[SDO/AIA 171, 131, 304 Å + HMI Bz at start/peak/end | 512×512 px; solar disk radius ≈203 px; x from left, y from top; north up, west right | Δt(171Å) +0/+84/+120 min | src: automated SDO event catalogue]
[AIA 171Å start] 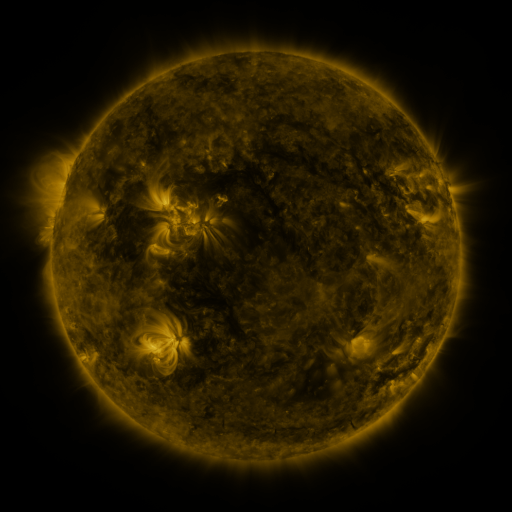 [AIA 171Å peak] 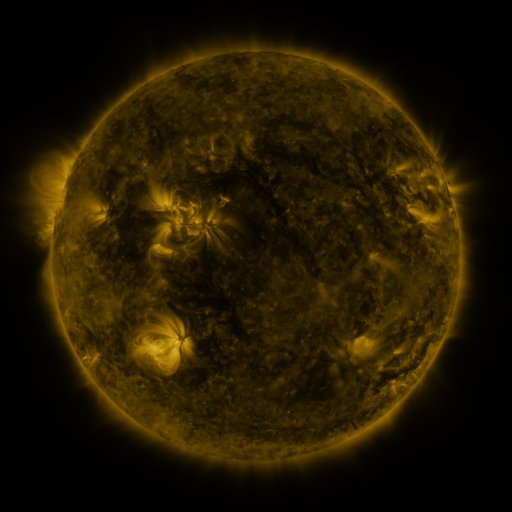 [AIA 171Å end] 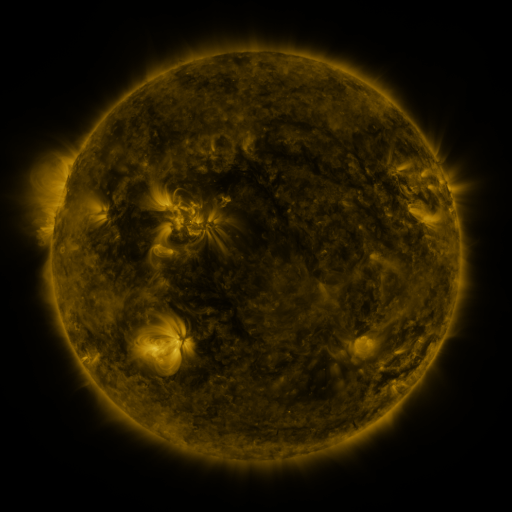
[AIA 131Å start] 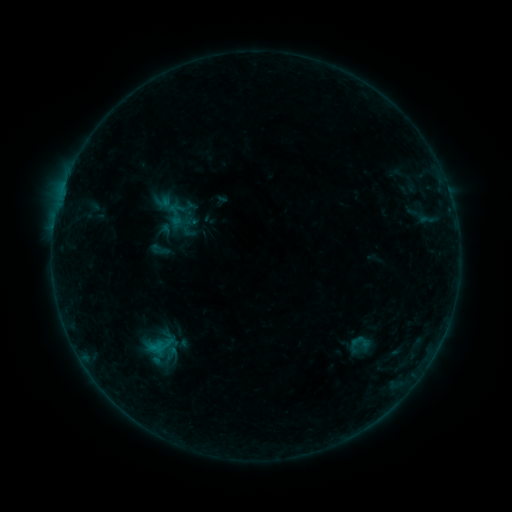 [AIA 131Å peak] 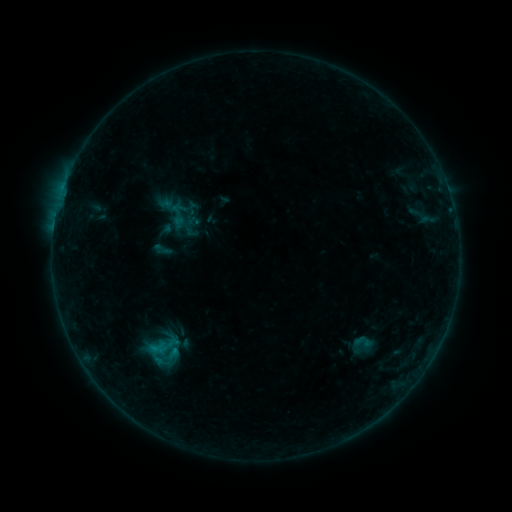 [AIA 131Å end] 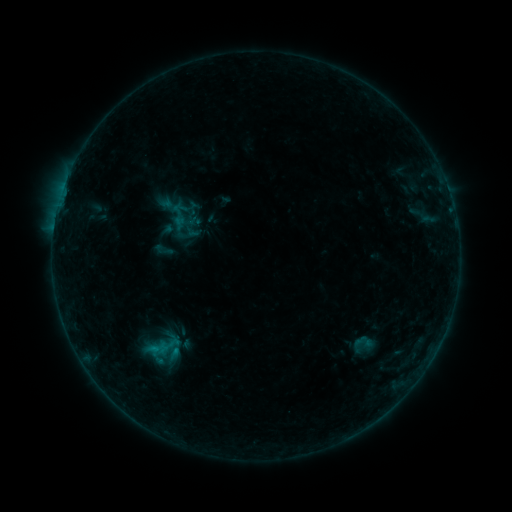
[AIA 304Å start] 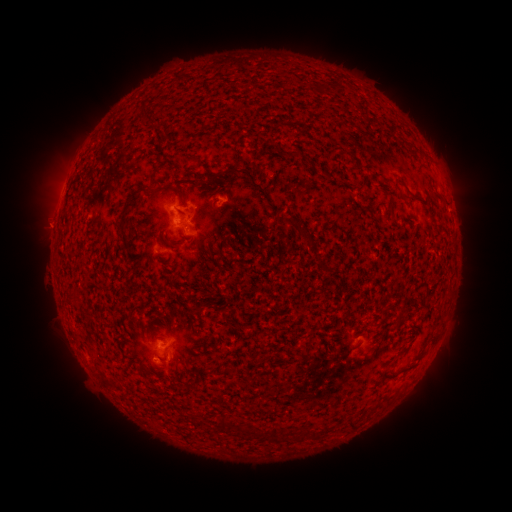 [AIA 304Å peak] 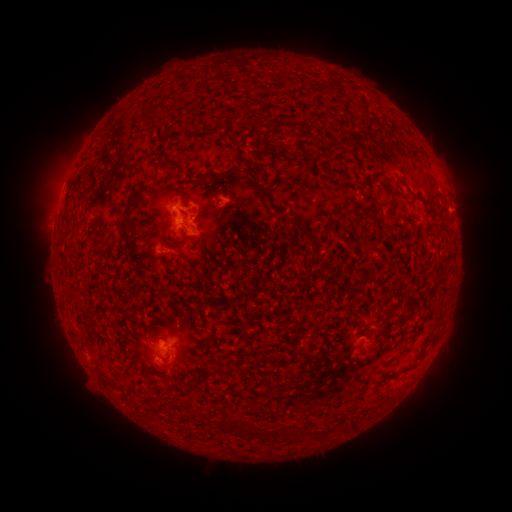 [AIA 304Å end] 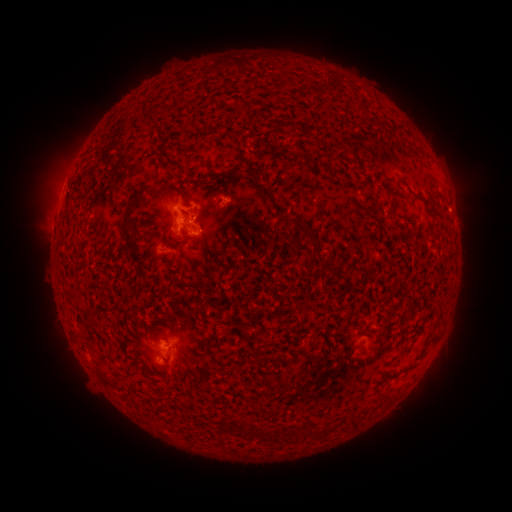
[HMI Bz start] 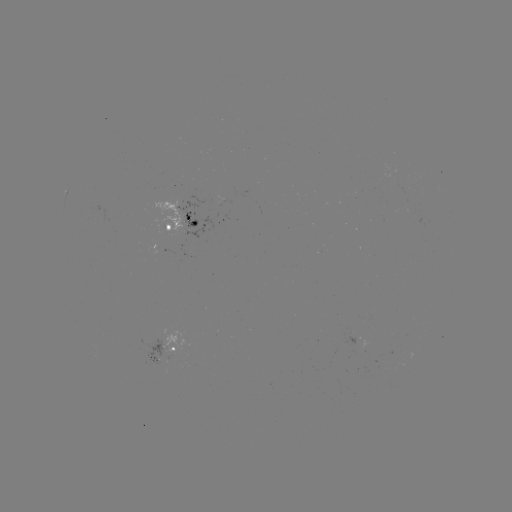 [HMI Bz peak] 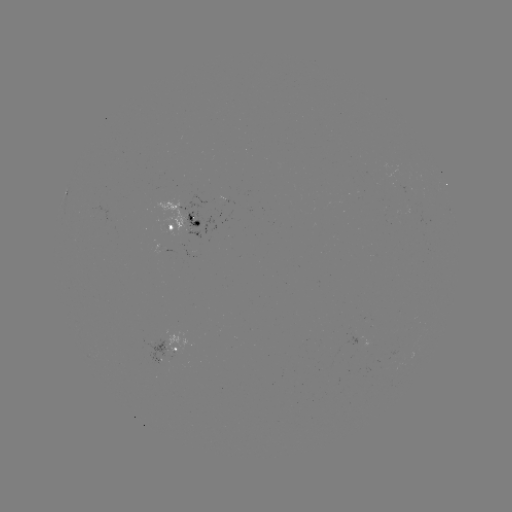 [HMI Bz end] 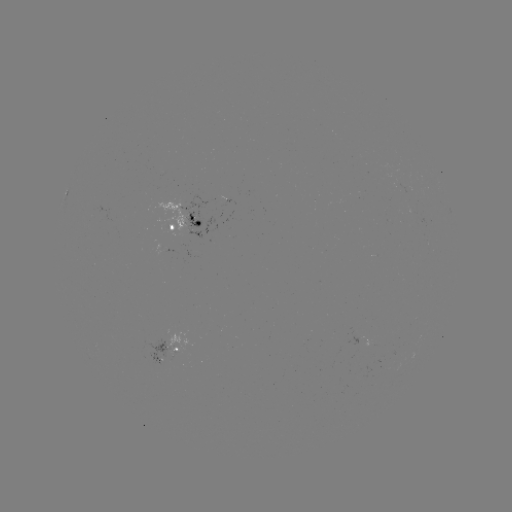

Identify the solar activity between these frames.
emerging-flux region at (167, 249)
